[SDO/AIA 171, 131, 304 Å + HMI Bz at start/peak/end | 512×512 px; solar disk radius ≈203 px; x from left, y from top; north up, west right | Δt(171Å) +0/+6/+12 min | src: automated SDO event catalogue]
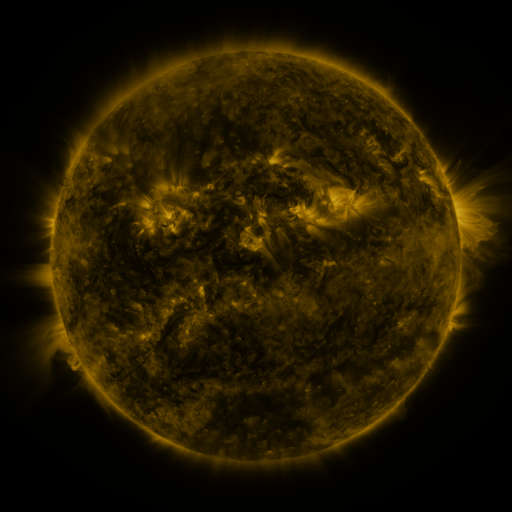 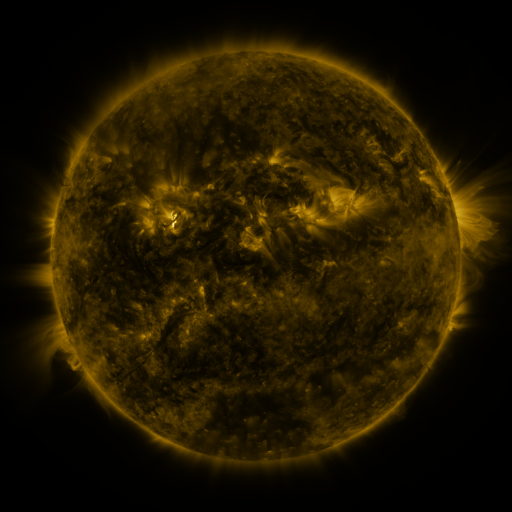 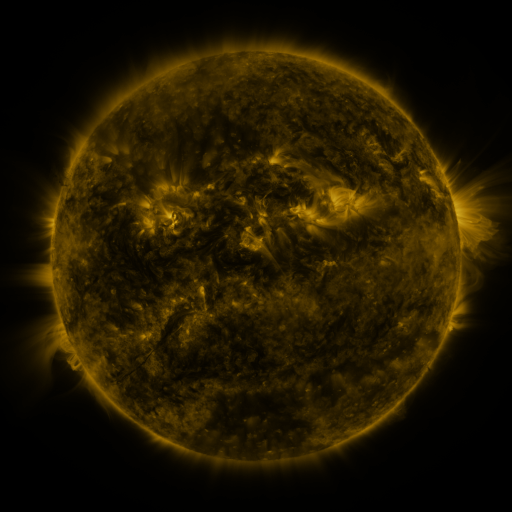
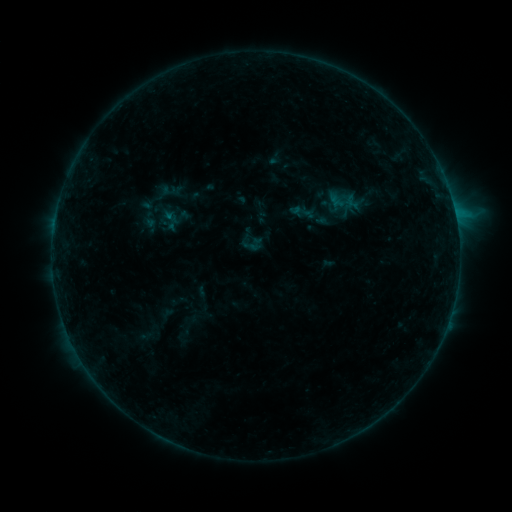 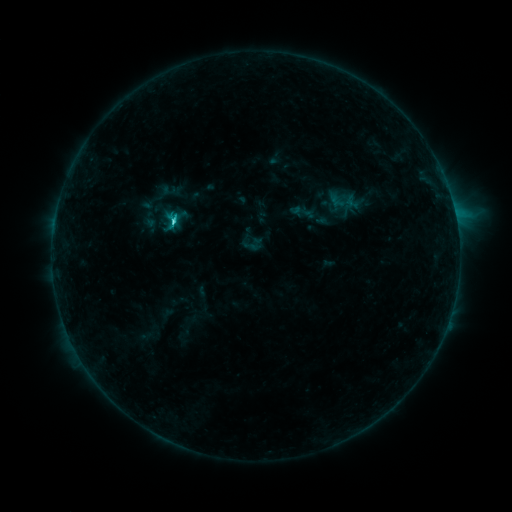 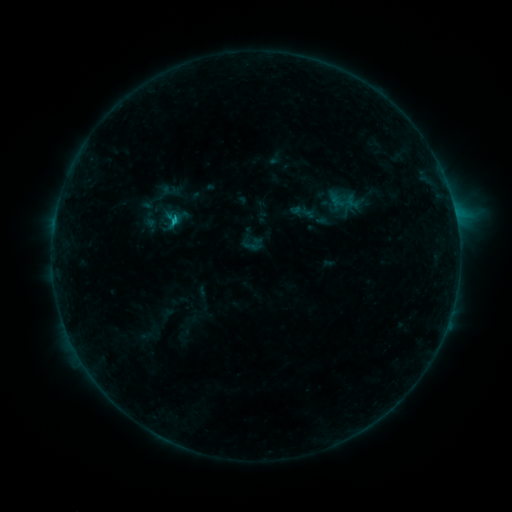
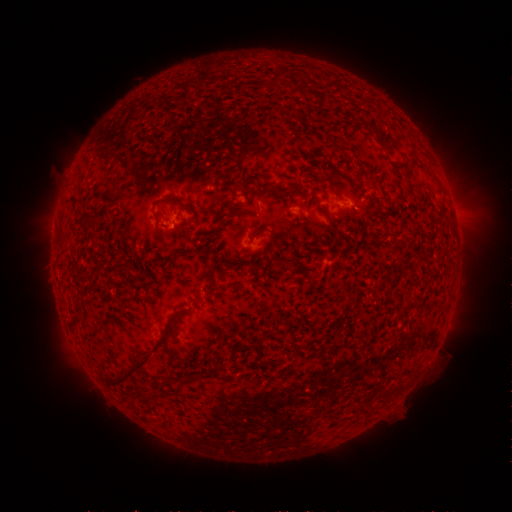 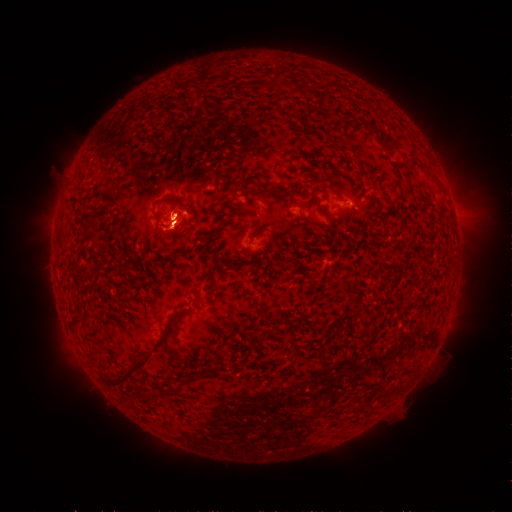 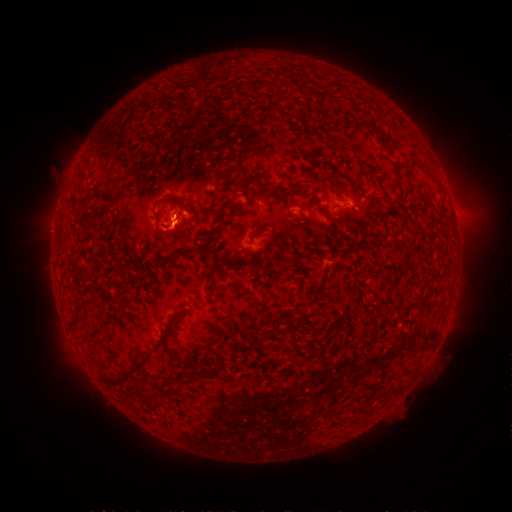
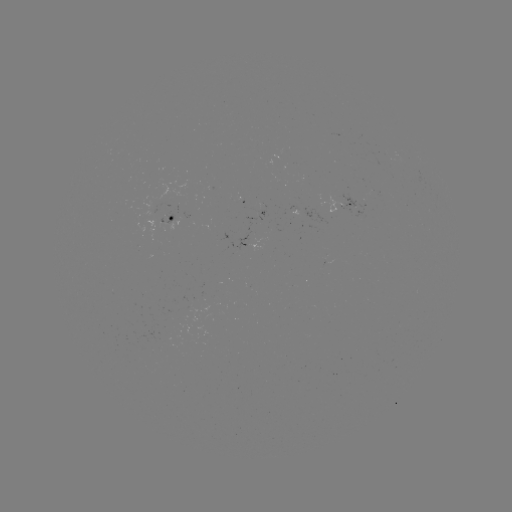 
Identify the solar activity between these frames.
C1.8 flare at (176, 222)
